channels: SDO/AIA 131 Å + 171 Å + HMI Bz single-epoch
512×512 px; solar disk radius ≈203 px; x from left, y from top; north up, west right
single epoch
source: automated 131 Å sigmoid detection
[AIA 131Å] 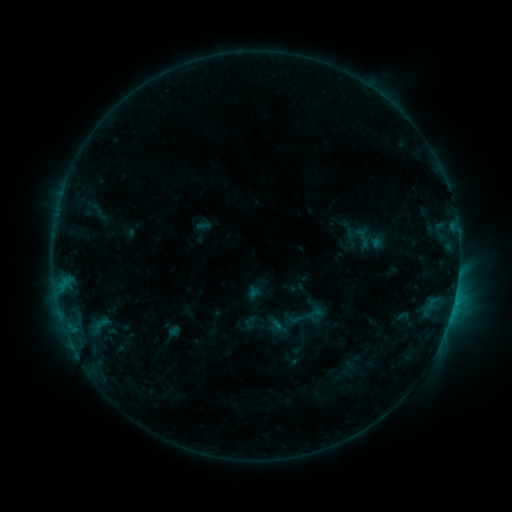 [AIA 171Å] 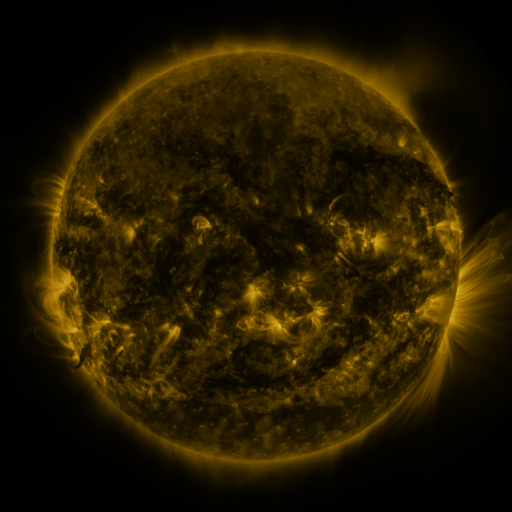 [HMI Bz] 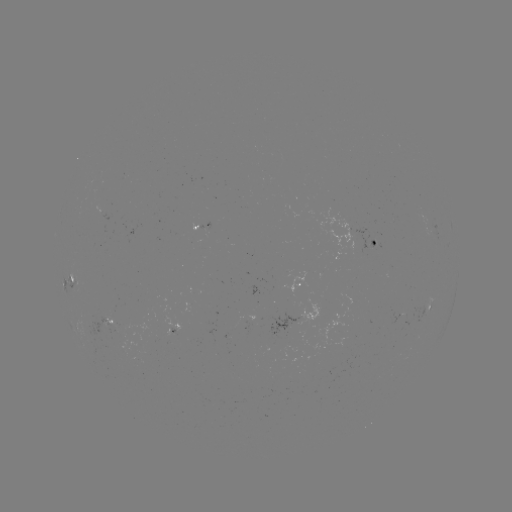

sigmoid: [286, 294, 330, 338]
